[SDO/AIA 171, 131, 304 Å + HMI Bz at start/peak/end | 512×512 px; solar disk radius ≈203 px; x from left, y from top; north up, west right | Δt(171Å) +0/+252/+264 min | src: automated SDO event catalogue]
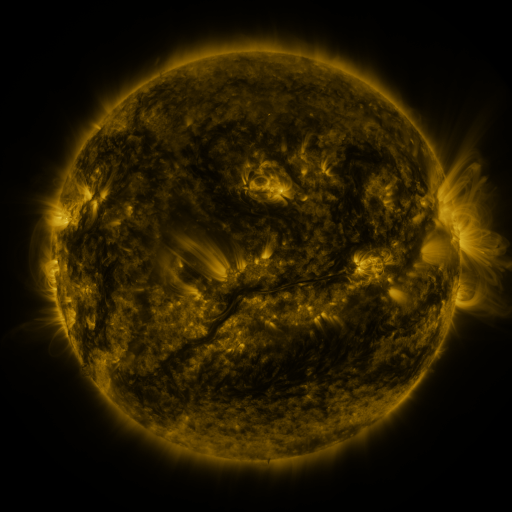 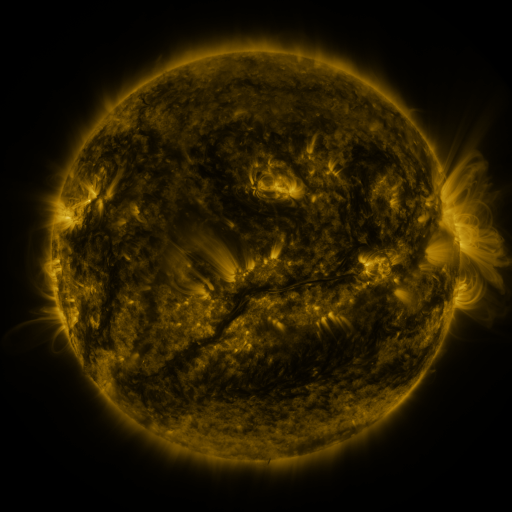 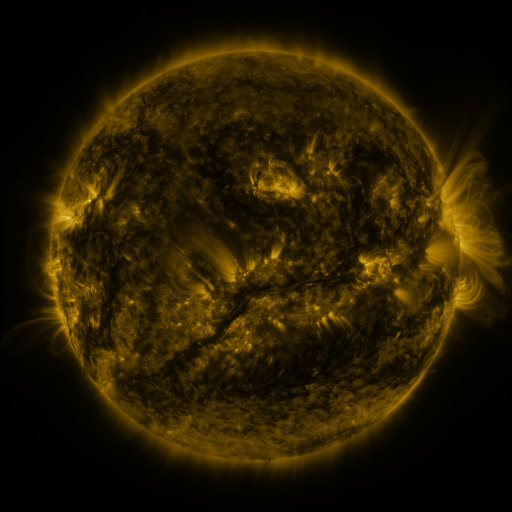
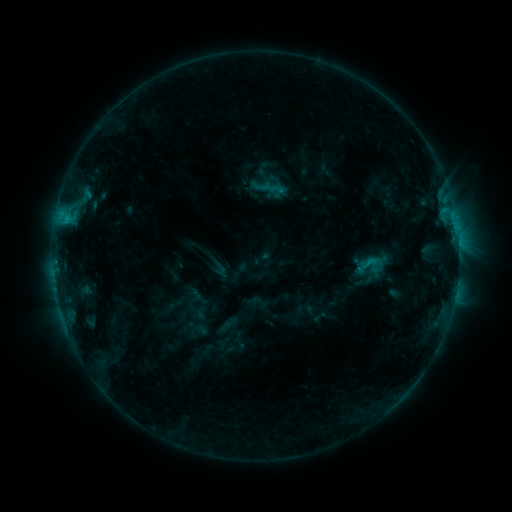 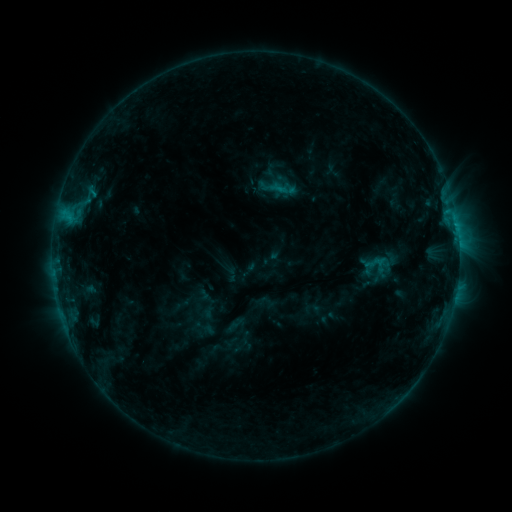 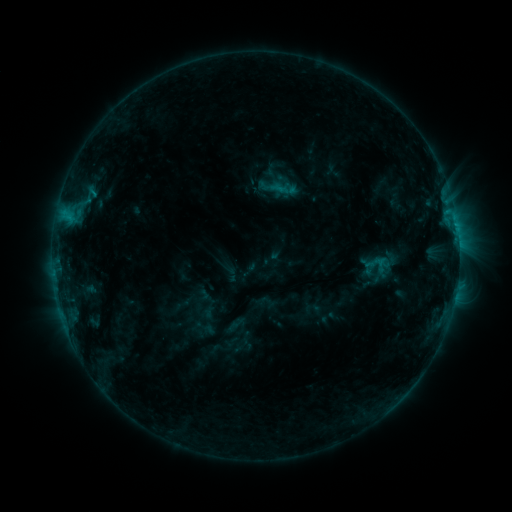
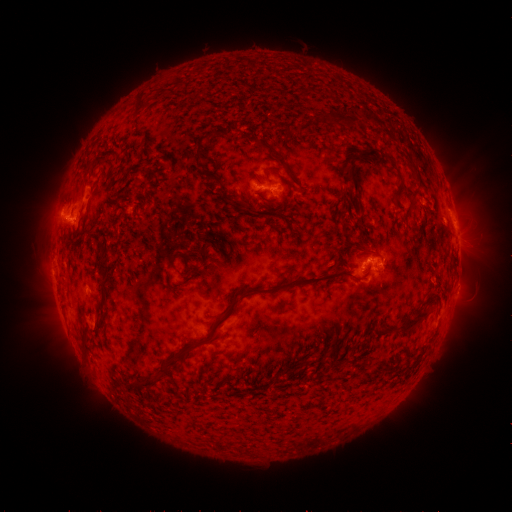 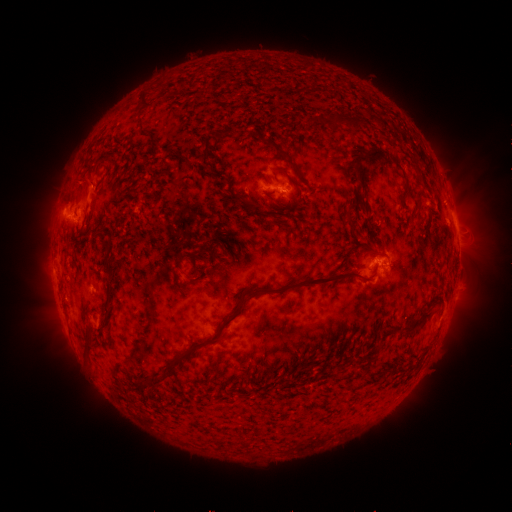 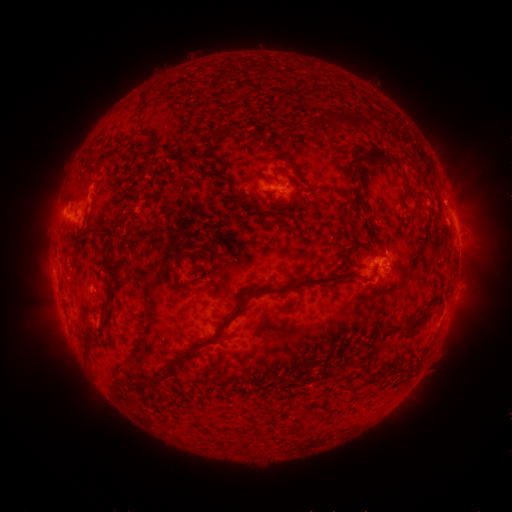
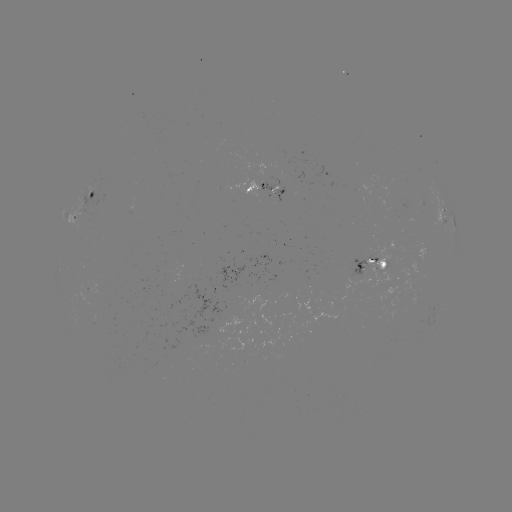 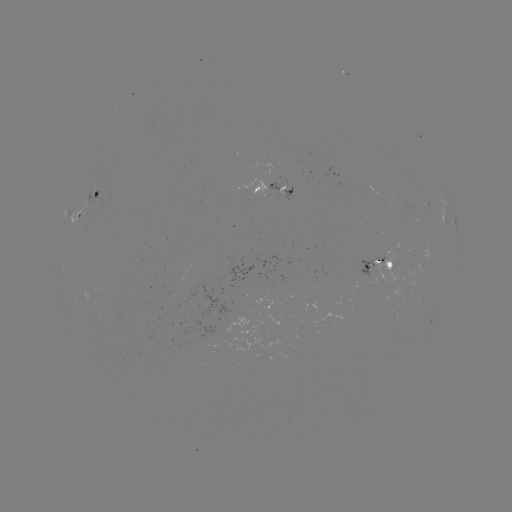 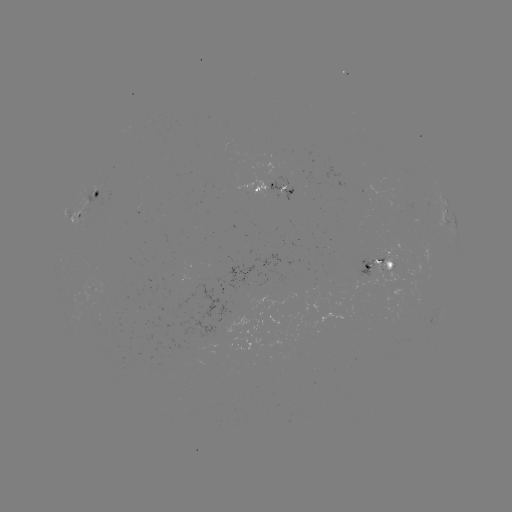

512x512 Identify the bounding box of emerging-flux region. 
[281, 187, 293, 201].